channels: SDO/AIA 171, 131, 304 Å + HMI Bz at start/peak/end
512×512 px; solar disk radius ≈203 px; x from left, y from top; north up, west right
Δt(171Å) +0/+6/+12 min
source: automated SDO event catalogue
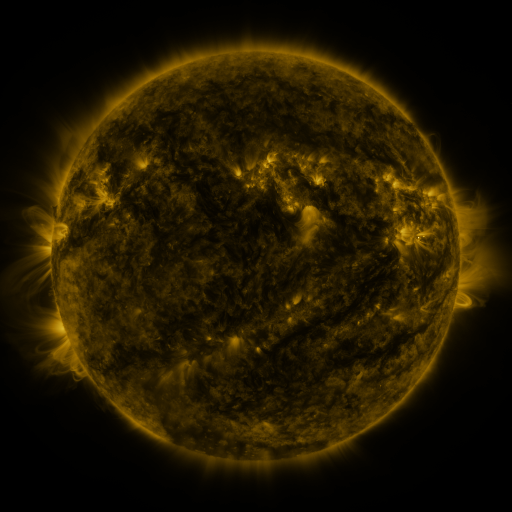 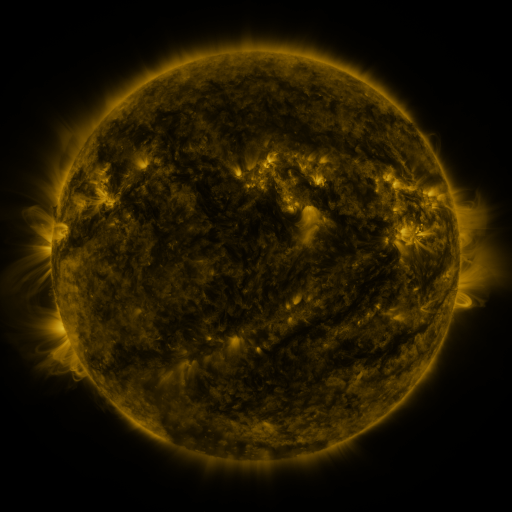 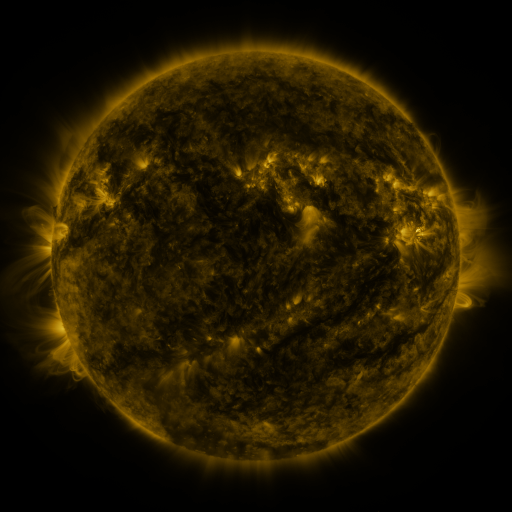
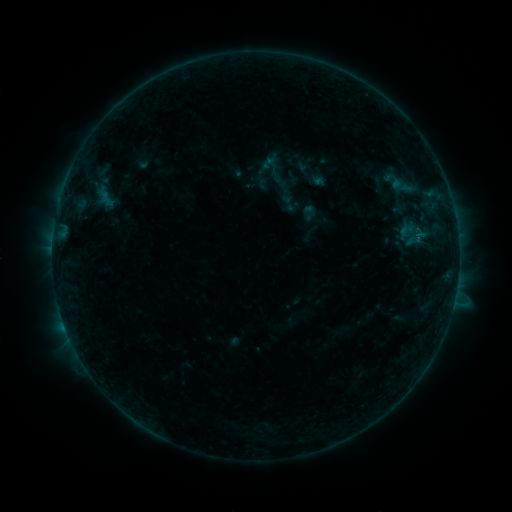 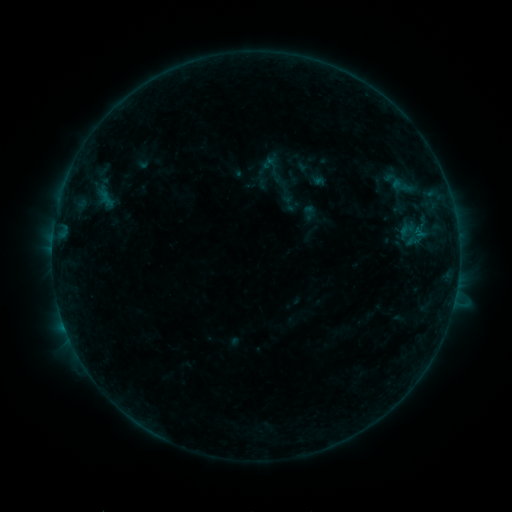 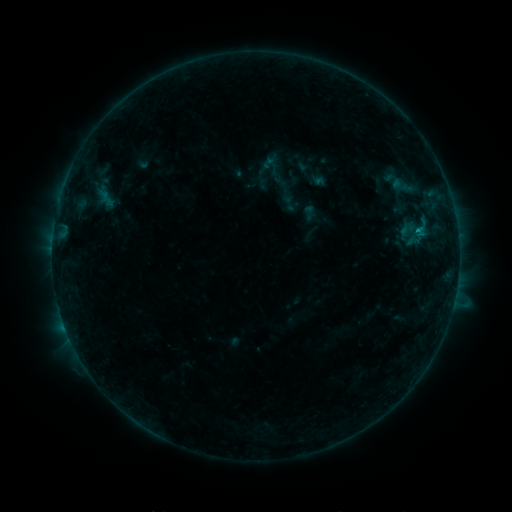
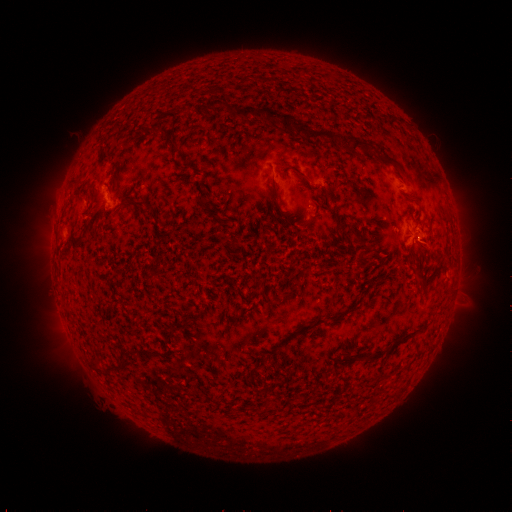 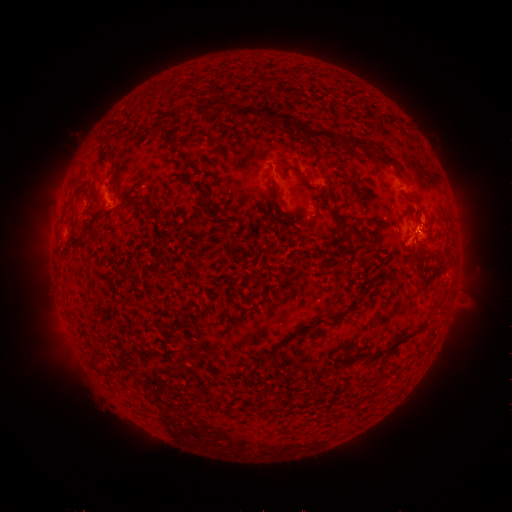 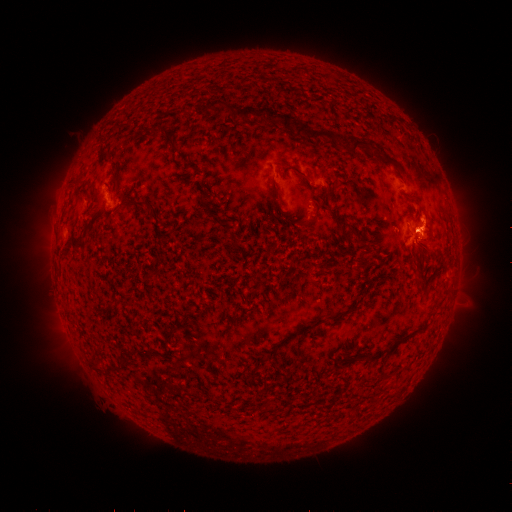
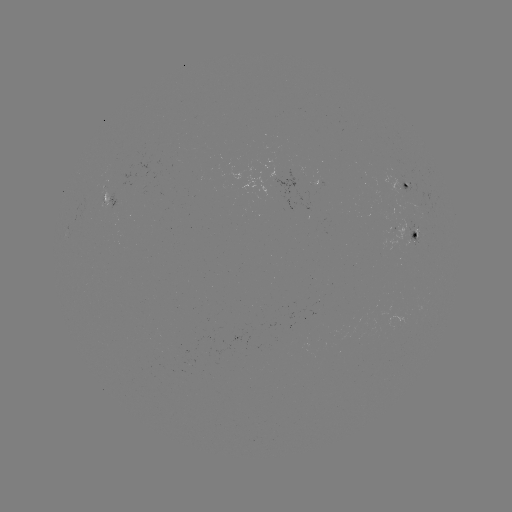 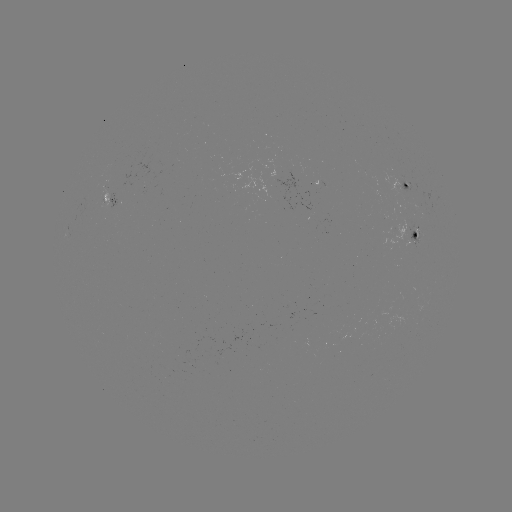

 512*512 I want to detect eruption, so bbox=[406, 197, 453, 262].